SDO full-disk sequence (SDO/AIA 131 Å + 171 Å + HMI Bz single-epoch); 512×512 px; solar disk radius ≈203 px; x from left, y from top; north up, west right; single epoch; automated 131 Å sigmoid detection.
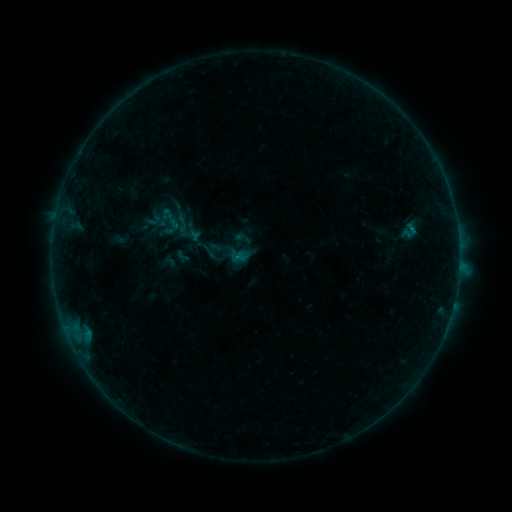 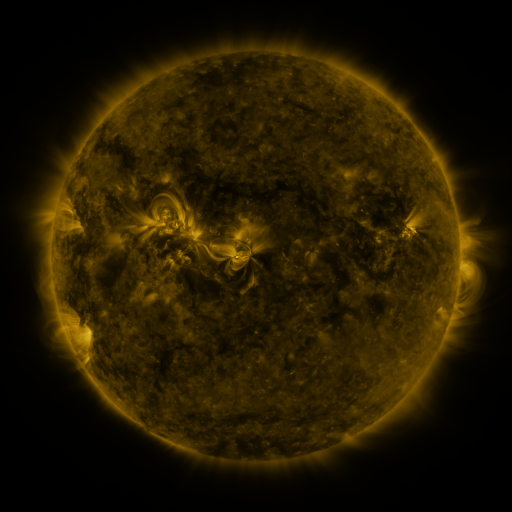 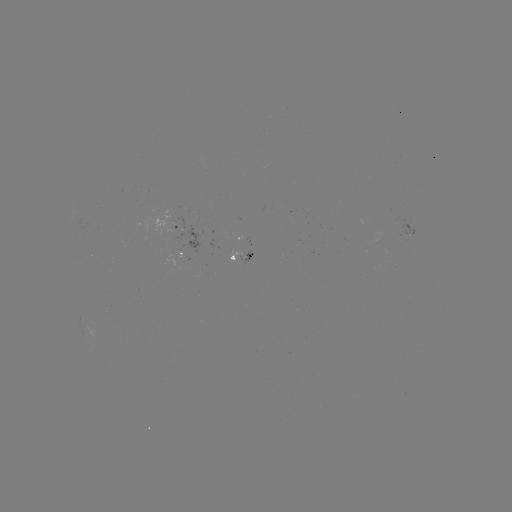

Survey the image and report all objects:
sigmoid: <bbox>398, 221, 422, 239</bbox>
sigmoid: <bbox>195, 237, 218, 262</bbox>
